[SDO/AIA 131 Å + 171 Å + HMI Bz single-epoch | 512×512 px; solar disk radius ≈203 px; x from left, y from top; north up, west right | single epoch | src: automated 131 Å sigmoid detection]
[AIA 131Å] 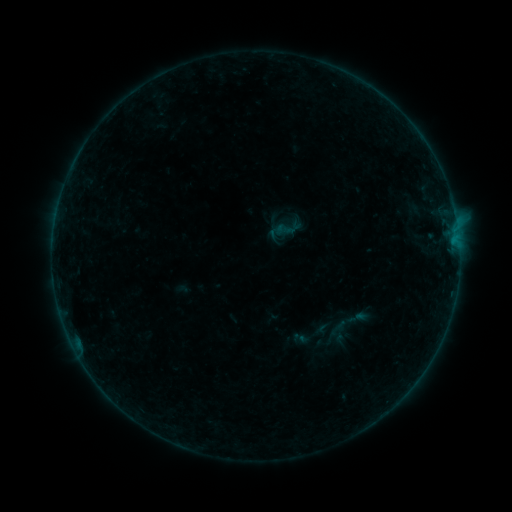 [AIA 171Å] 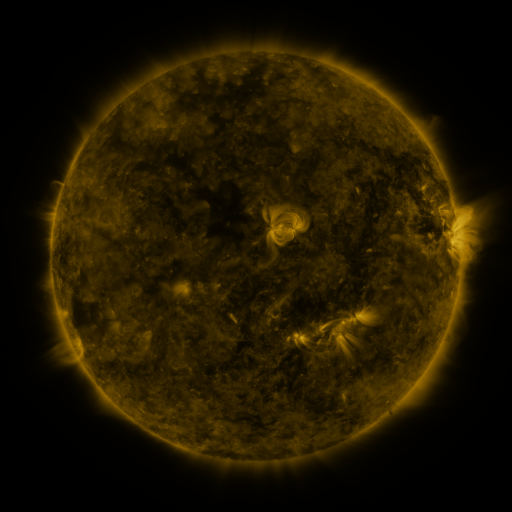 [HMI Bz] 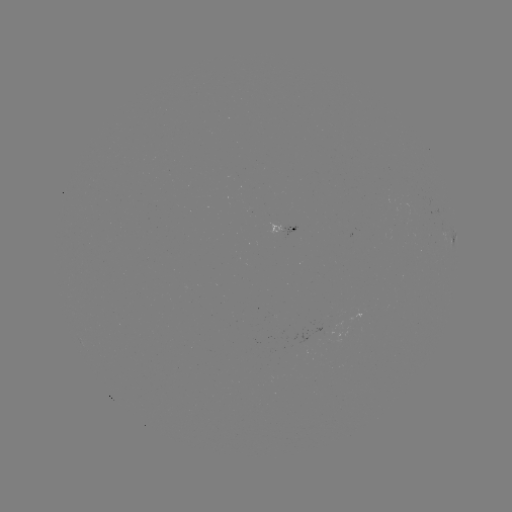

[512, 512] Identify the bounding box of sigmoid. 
[275, 216, 303, 242].